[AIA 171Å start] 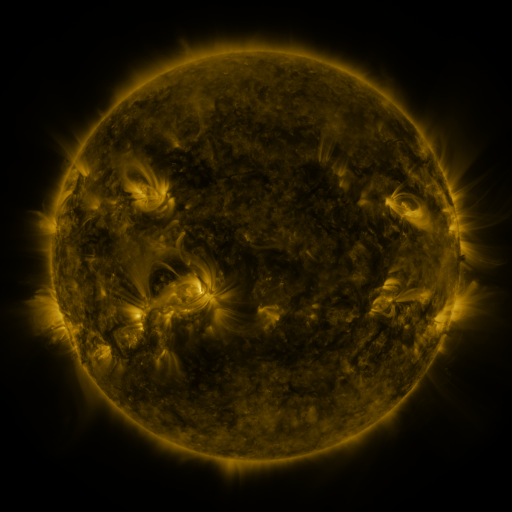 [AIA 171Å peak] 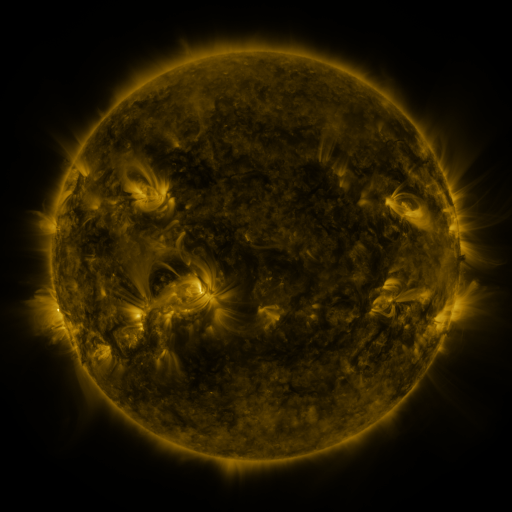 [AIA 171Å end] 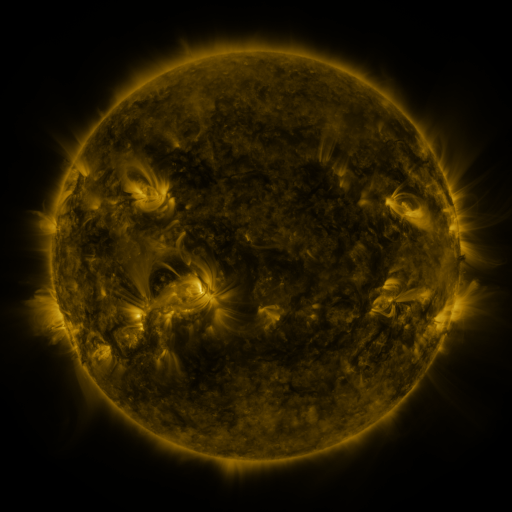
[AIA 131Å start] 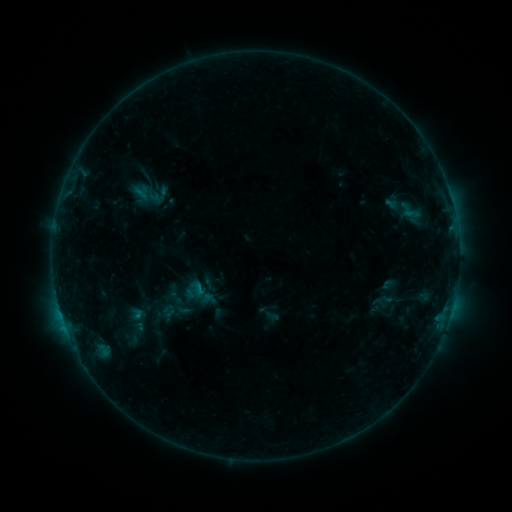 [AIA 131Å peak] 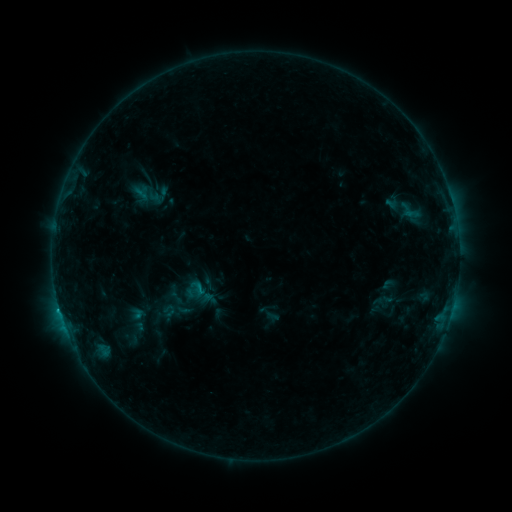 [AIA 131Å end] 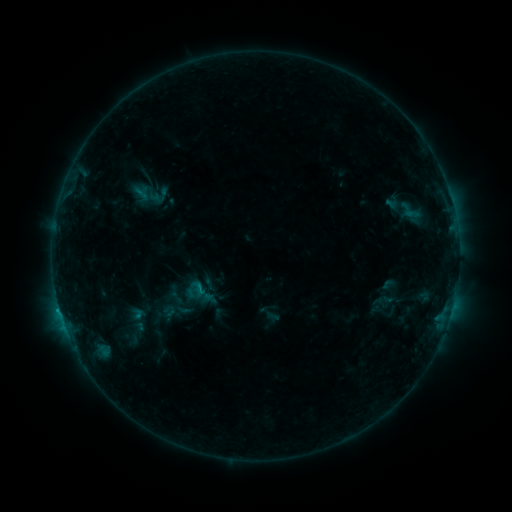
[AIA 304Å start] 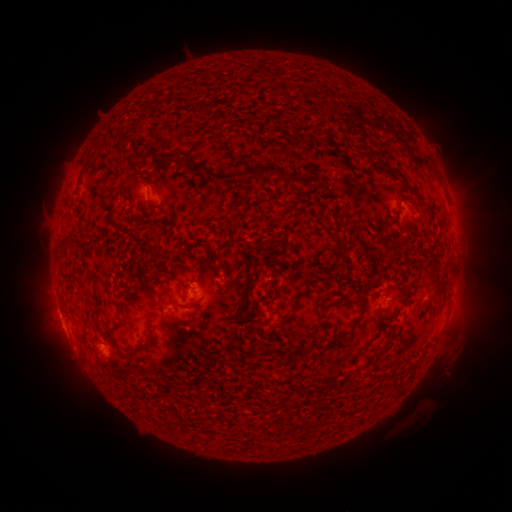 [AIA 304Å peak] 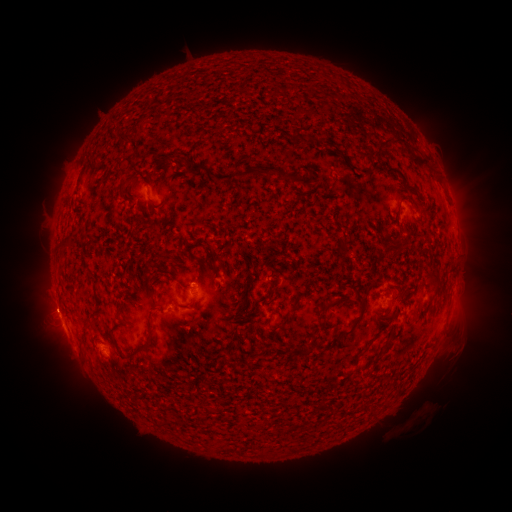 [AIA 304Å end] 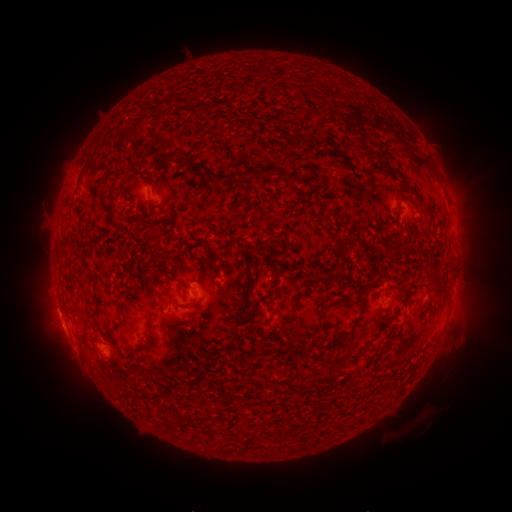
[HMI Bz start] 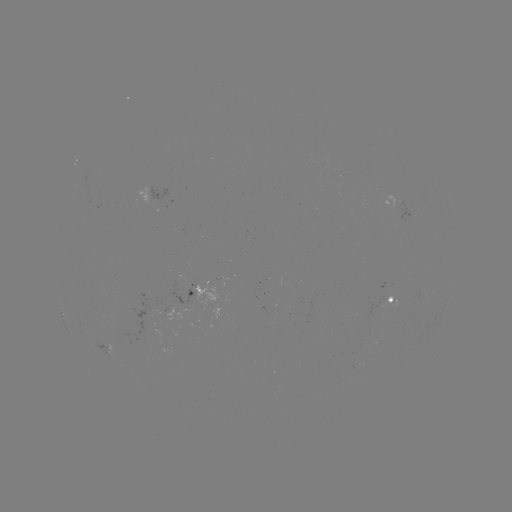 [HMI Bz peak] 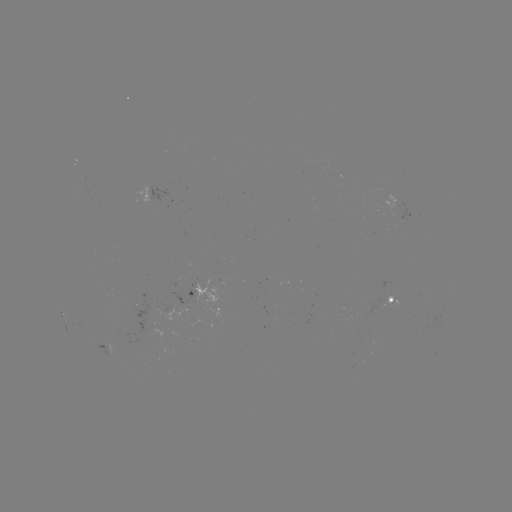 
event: flare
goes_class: B7.1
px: (59, 308)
